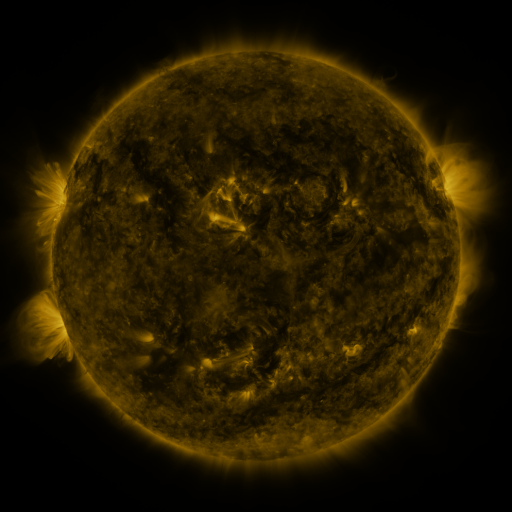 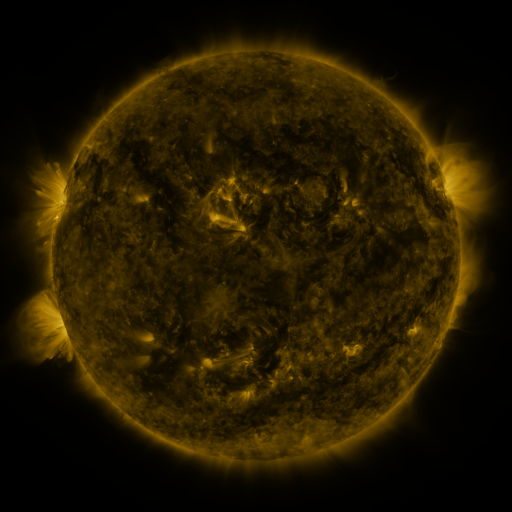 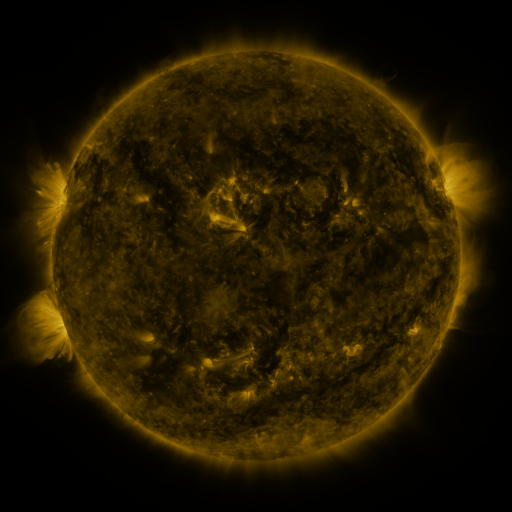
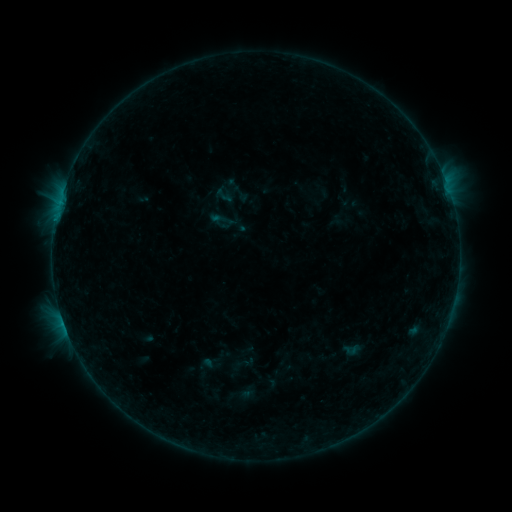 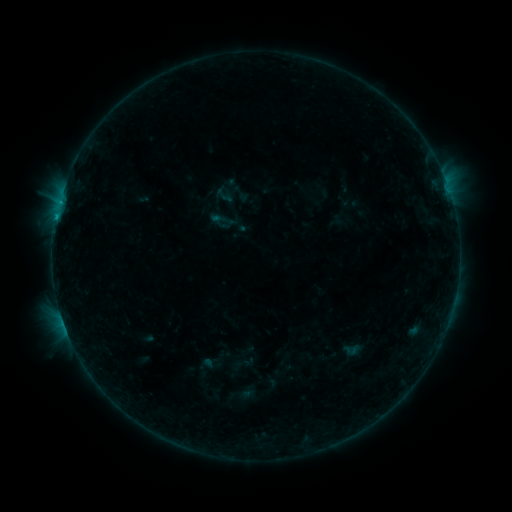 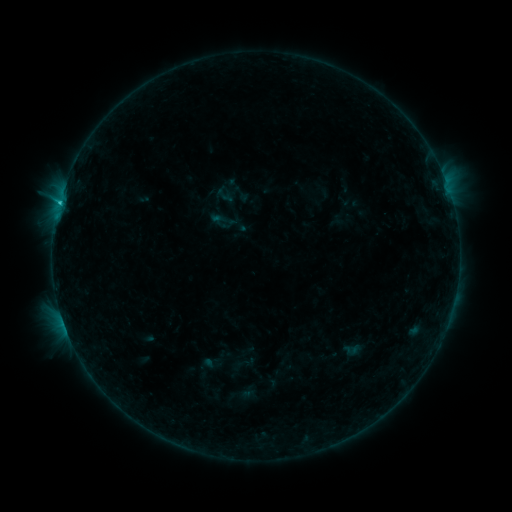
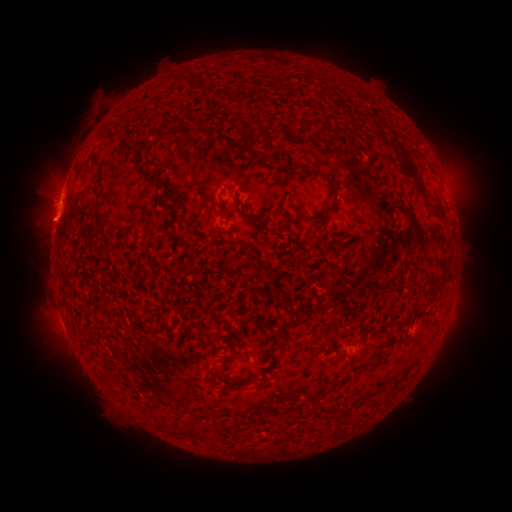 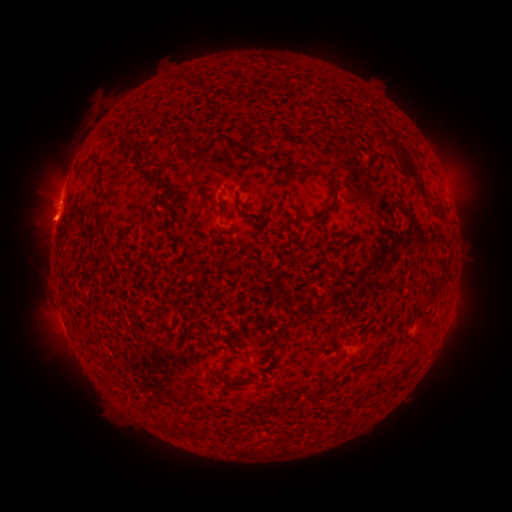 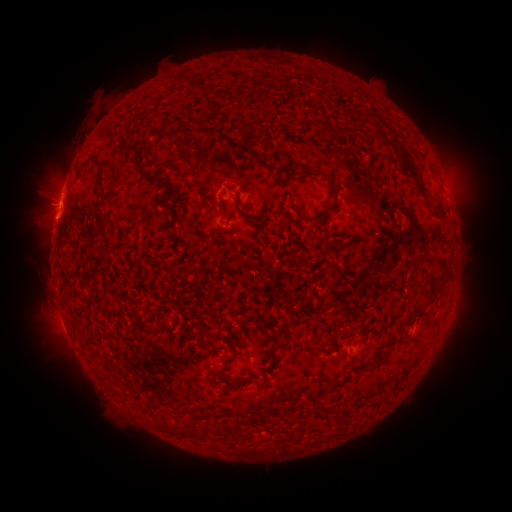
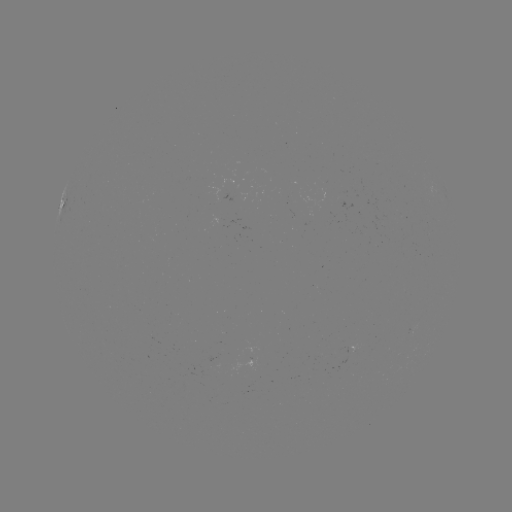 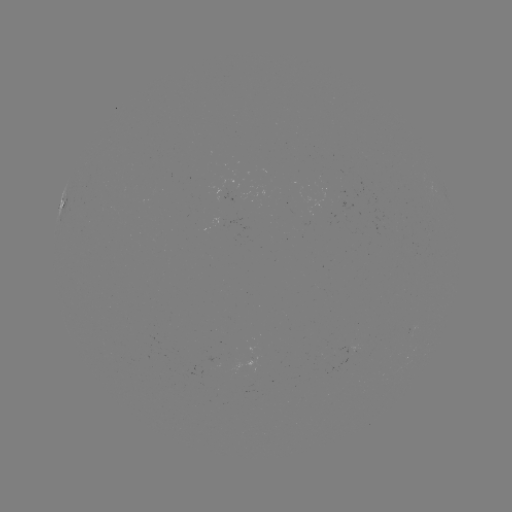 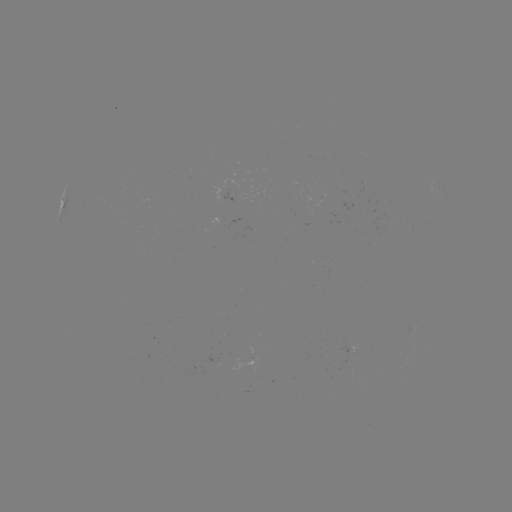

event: flare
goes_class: B8.6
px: (56, 218)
